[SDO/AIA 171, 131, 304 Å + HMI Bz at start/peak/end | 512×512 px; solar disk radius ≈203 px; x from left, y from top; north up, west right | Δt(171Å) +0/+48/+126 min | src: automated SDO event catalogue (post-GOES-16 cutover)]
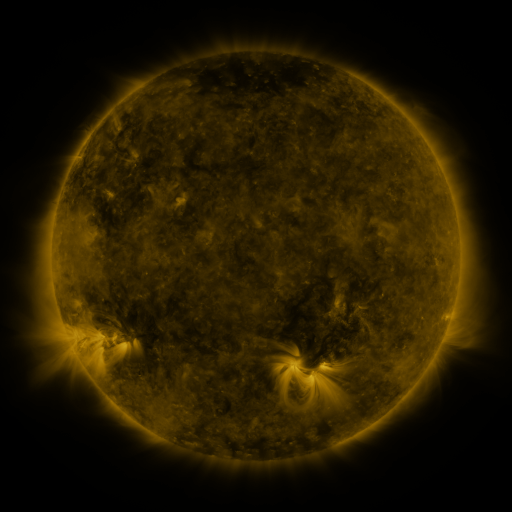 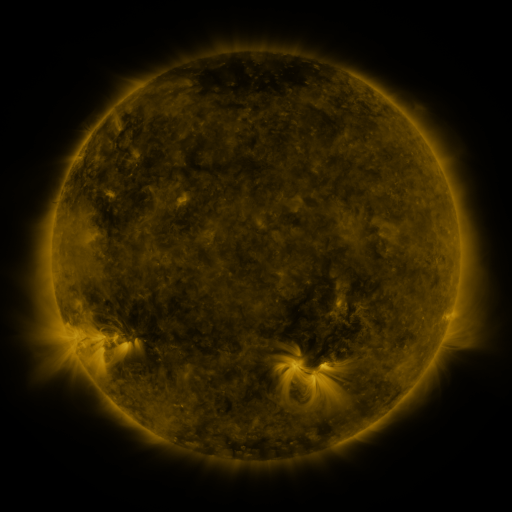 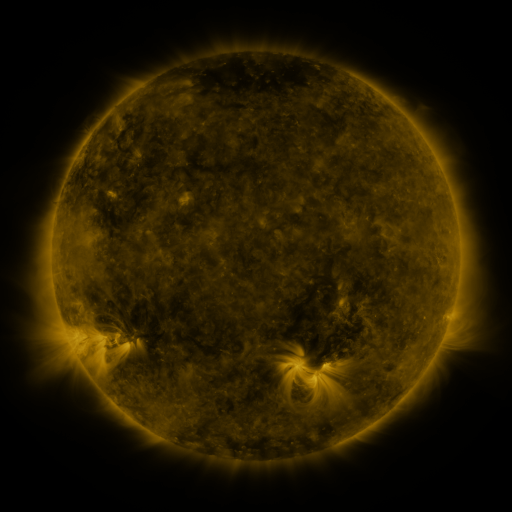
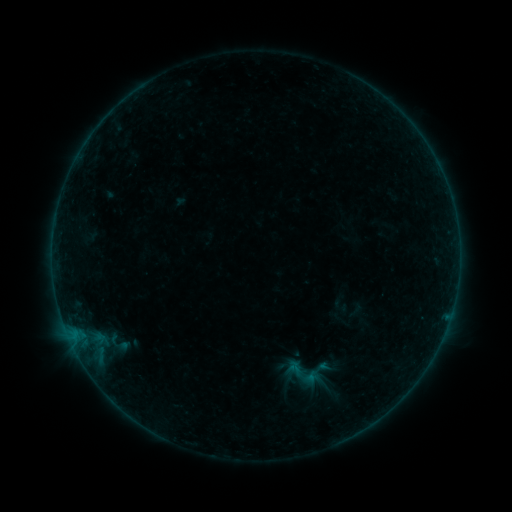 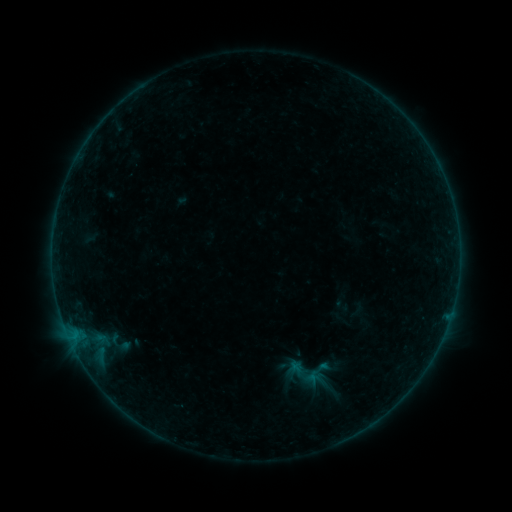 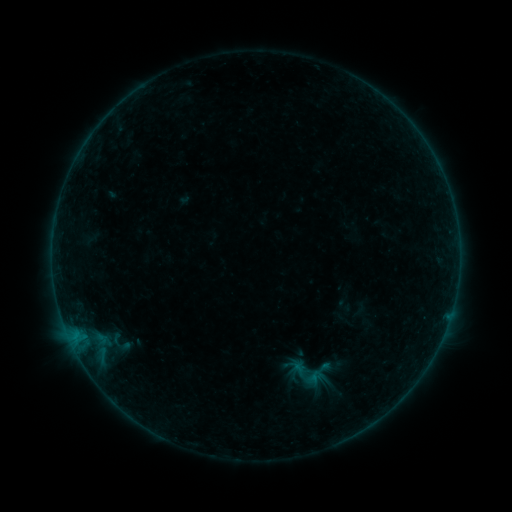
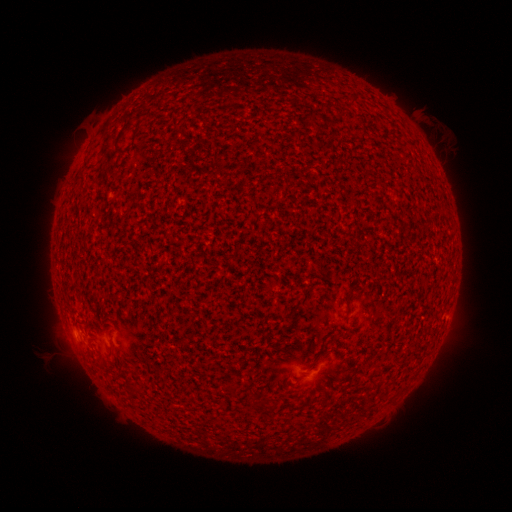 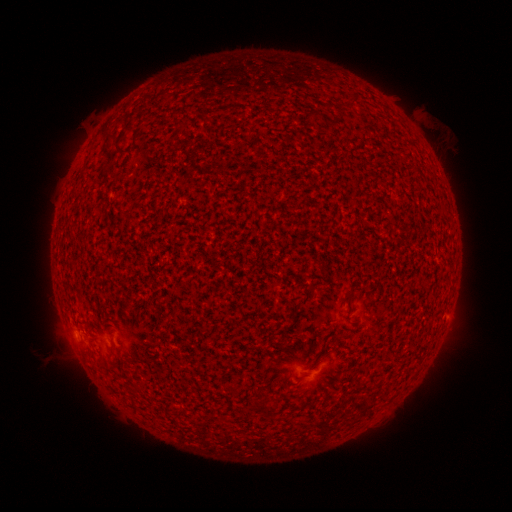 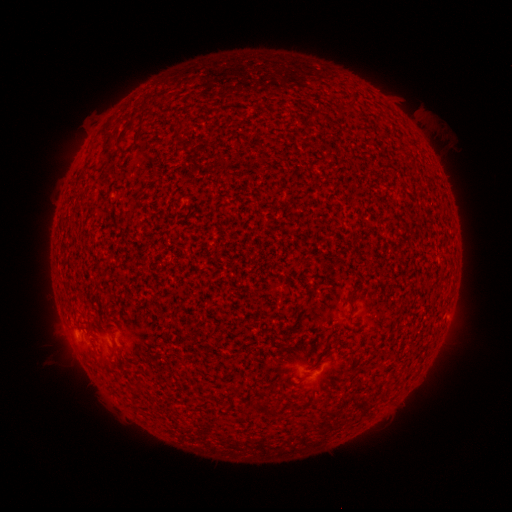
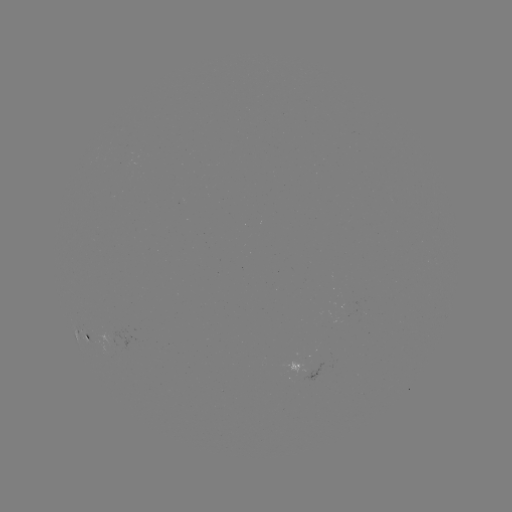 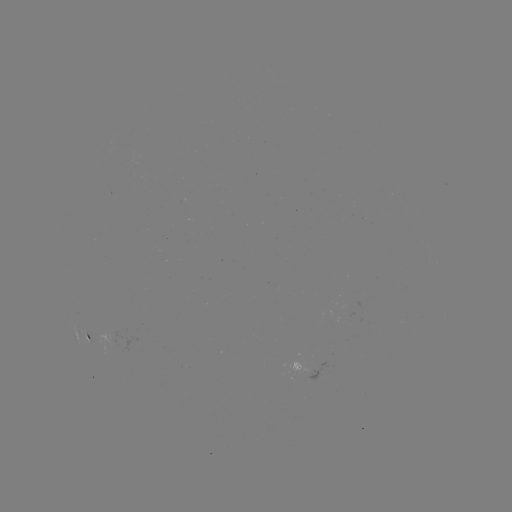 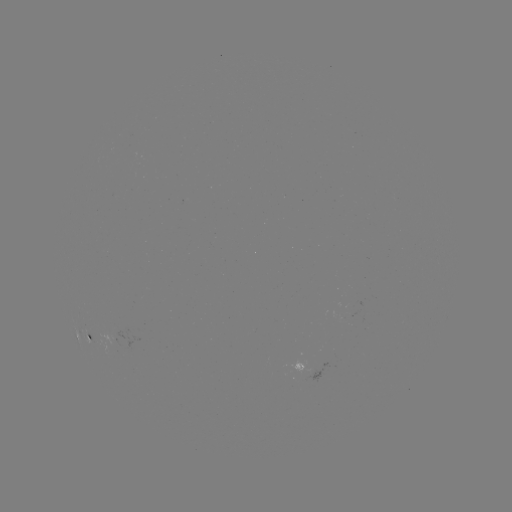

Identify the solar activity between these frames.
A6.9 flare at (302, 379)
